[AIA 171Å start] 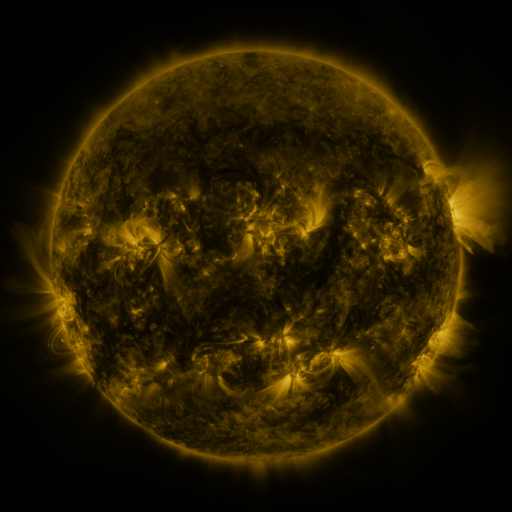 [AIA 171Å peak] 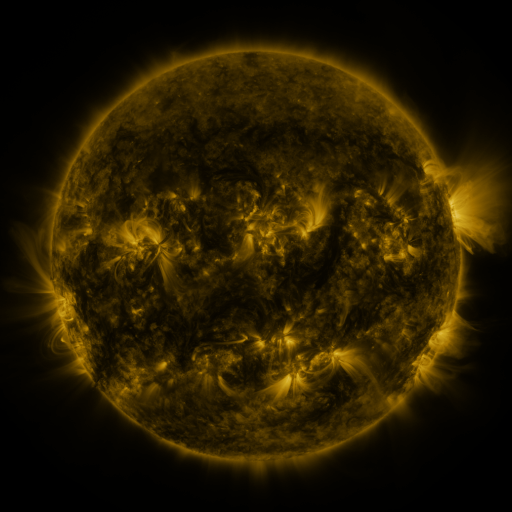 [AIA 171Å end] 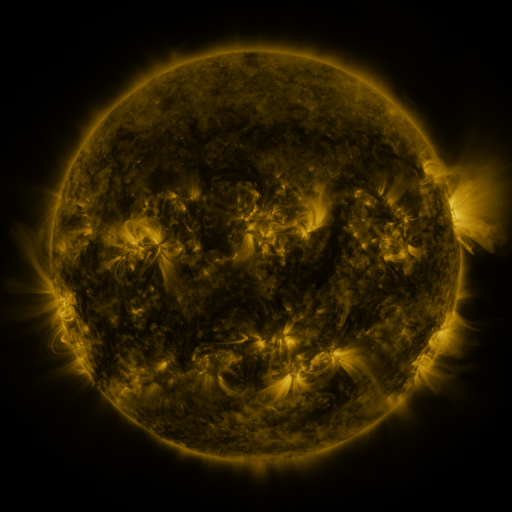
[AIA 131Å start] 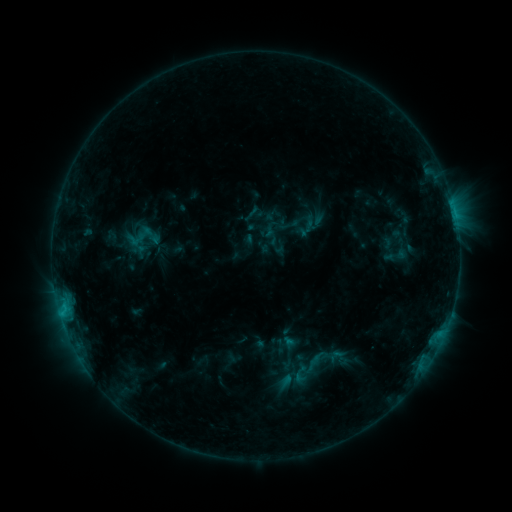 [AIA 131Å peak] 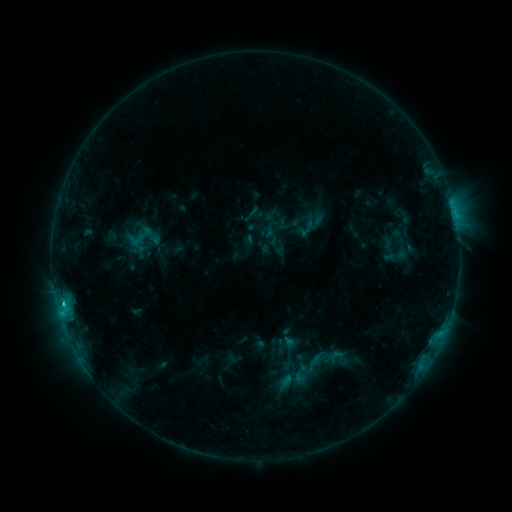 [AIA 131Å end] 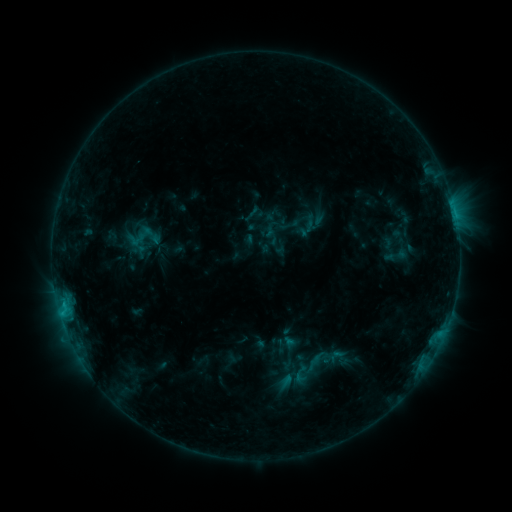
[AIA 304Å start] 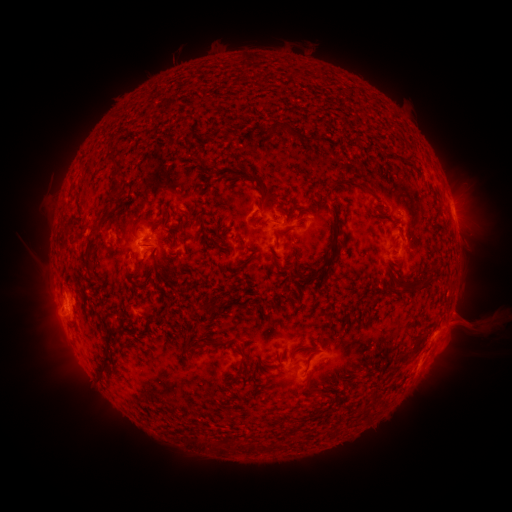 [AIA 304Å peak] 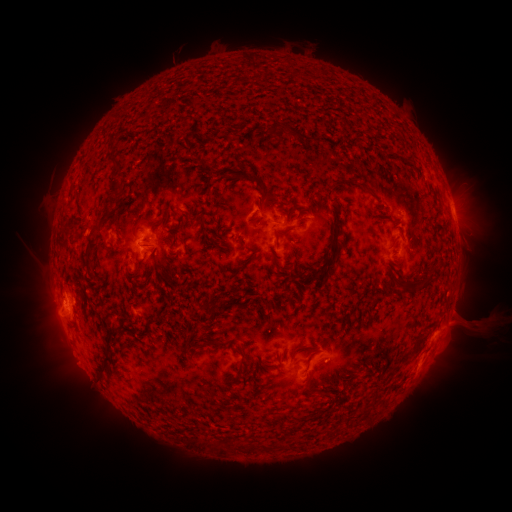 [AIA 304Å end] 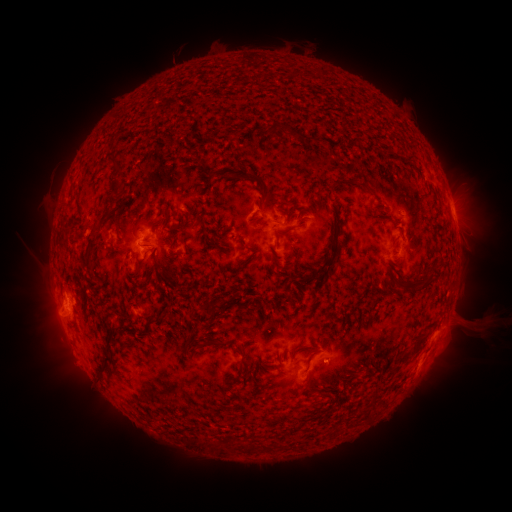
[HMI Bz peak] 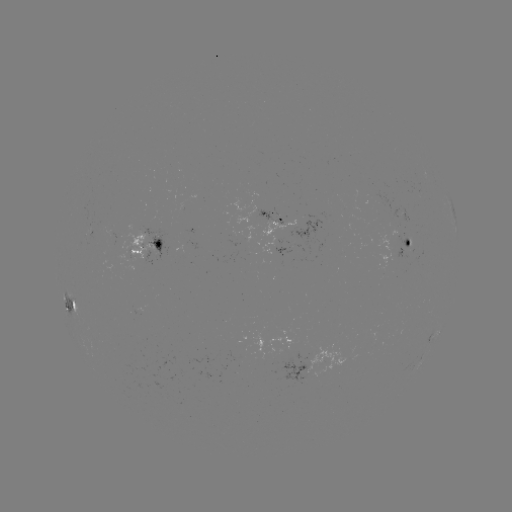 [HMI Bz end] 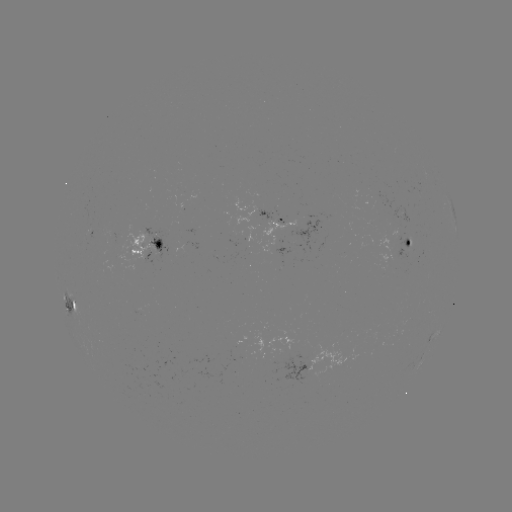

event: flare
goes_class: C1.6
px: (65, 300)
